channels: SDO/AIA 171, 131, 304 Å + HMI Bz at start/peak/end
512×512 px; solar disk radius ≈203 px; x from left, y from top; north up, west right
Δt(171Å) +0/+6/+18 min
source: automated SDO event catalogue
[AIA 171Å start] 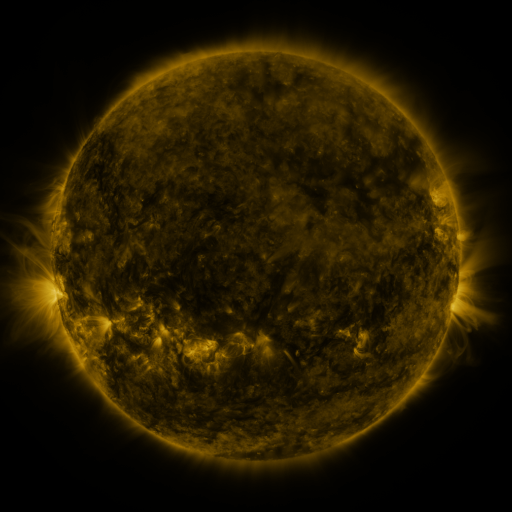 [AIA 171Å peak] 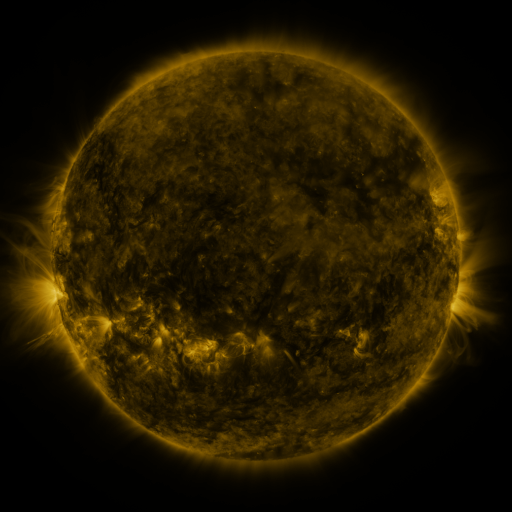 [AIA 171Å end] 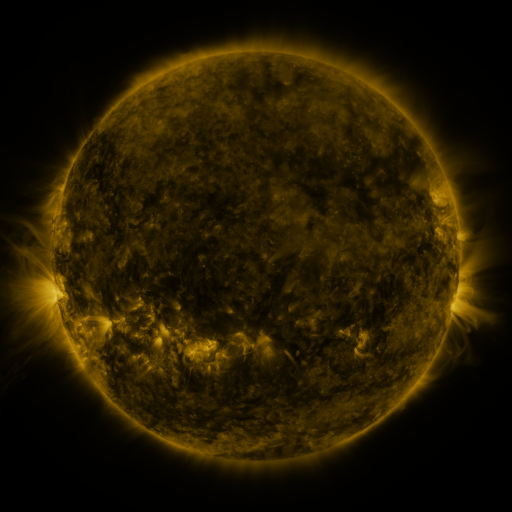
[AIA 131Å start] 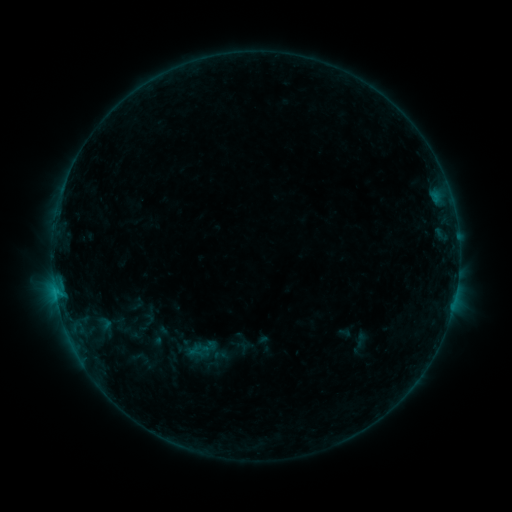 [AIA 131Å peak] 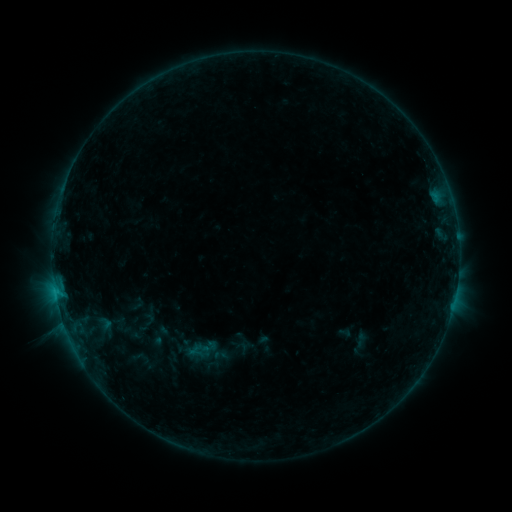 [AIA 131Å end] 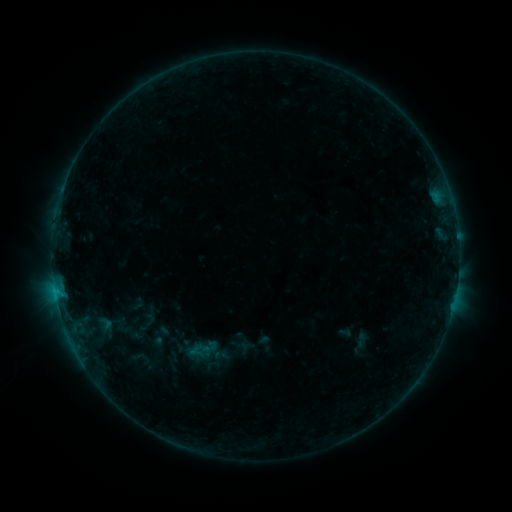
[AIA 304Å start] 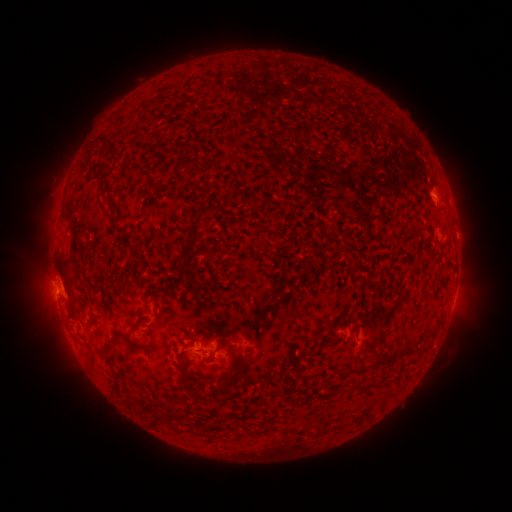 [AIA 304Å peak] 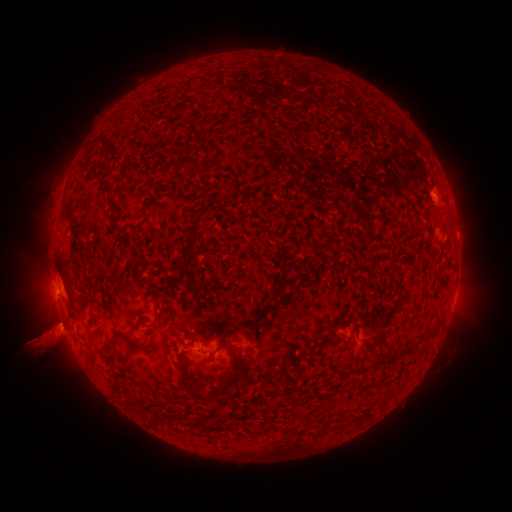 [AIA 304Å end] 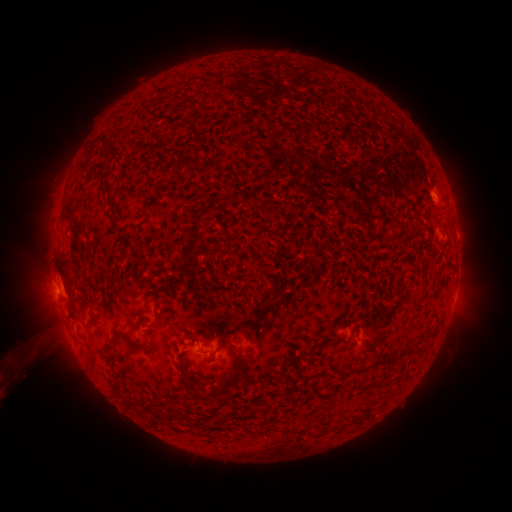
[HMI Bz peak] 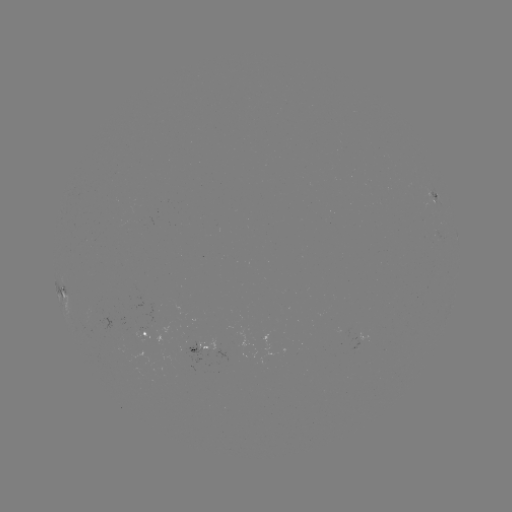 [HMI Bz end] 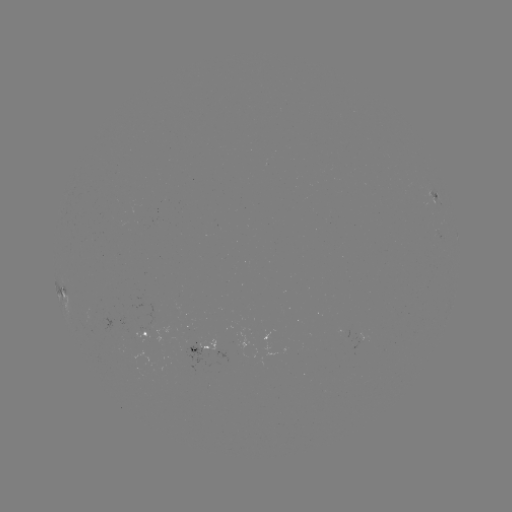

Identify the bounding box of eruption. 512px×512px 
[6, 309, 81, 384].